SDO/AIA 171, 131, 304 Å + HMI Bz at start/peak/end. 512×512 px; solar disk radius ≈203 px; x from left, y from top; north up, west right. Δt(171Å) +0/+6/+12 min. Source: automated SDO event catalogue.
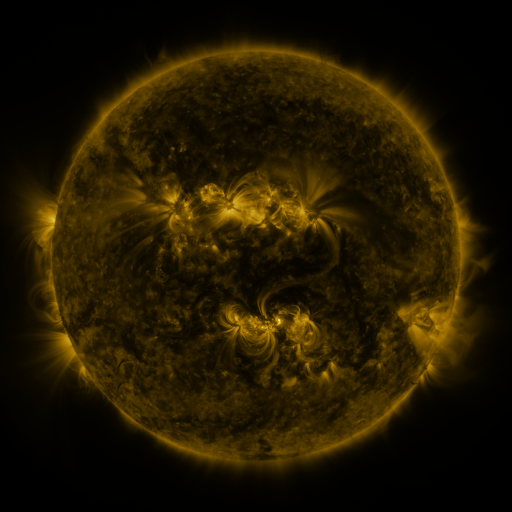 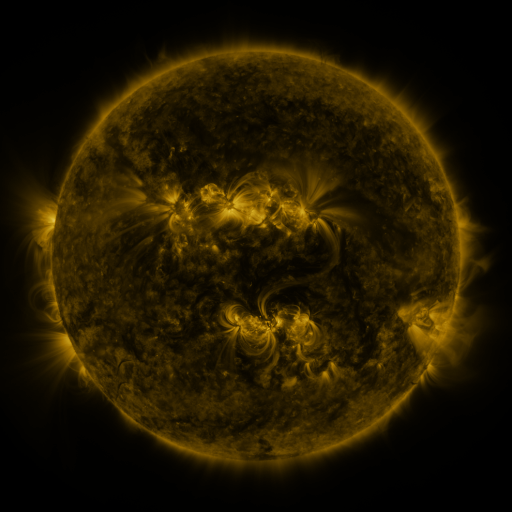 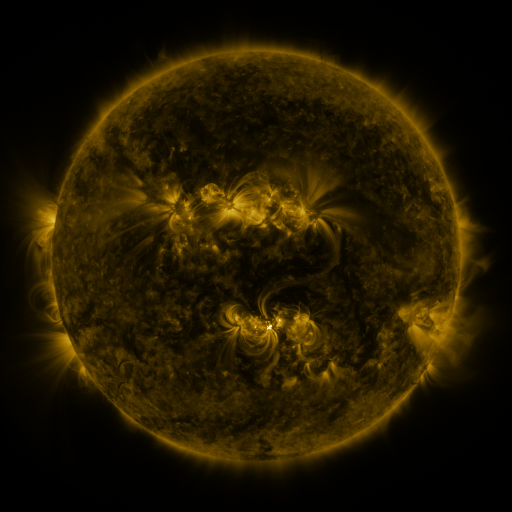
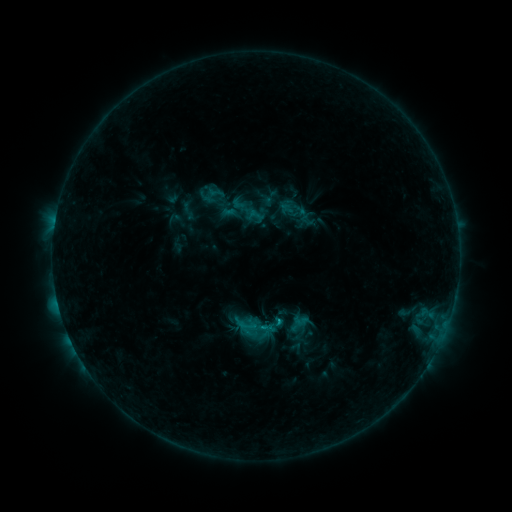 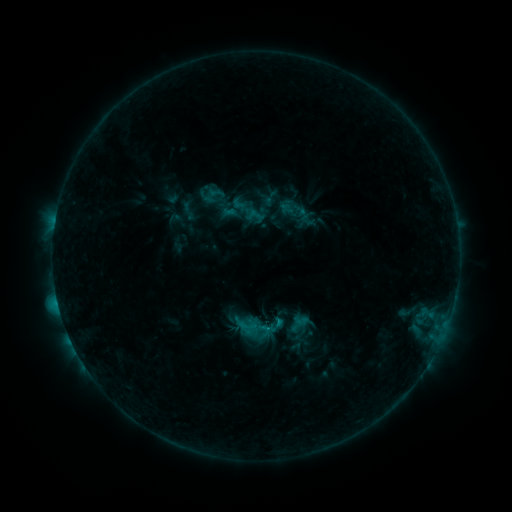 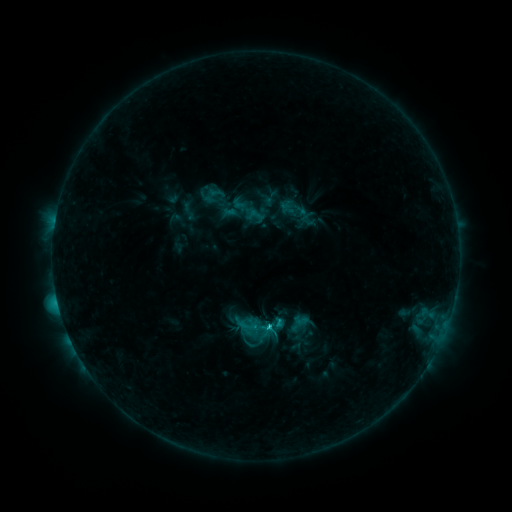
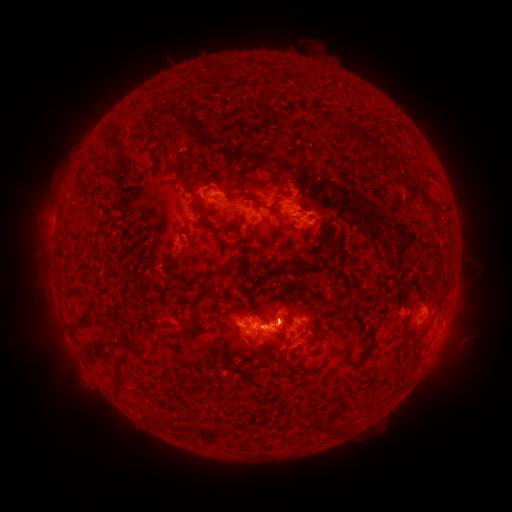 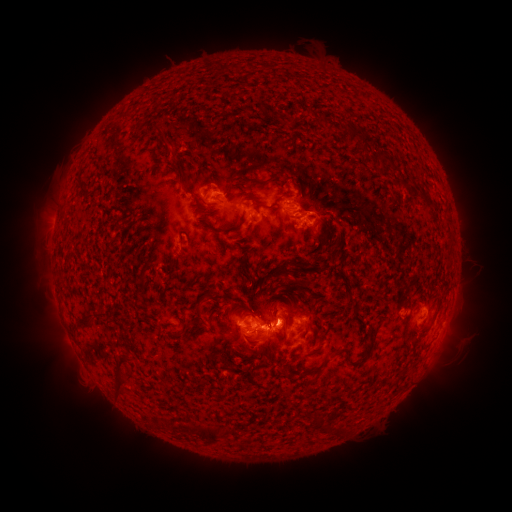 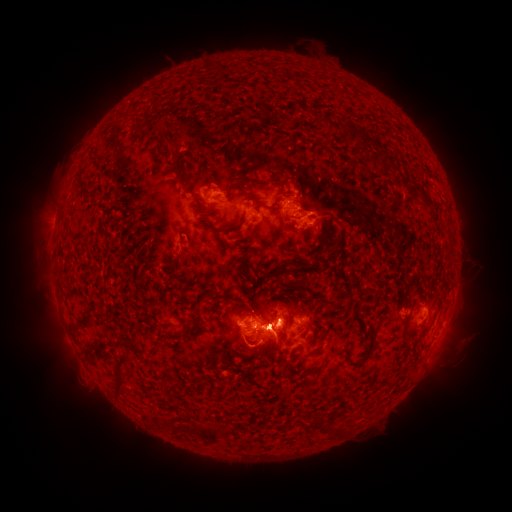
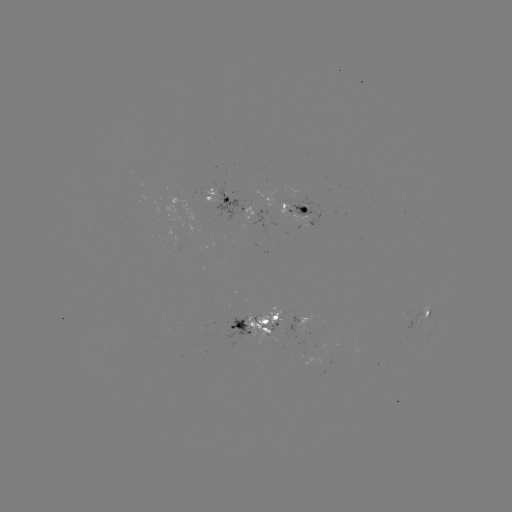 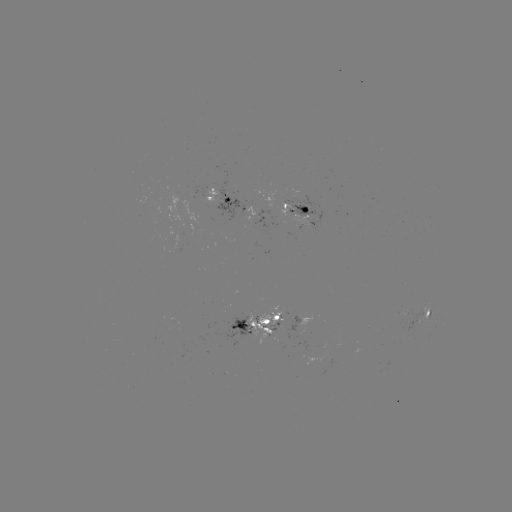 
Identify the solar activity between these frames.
C2.8 flare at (266, 326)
